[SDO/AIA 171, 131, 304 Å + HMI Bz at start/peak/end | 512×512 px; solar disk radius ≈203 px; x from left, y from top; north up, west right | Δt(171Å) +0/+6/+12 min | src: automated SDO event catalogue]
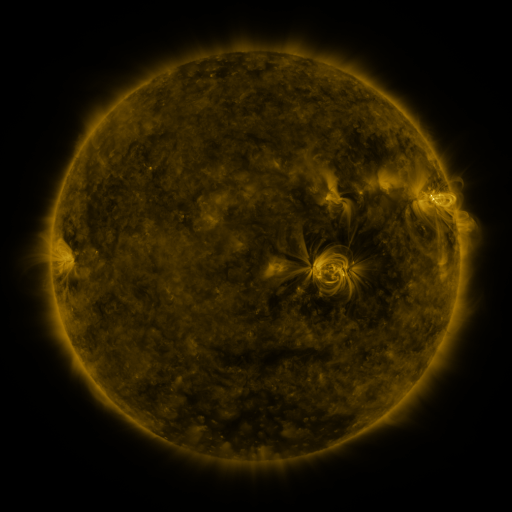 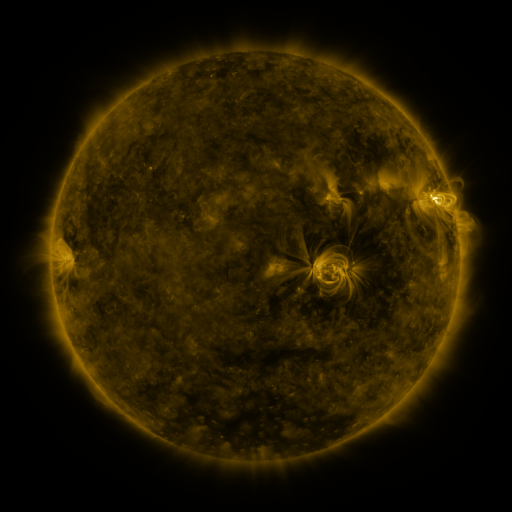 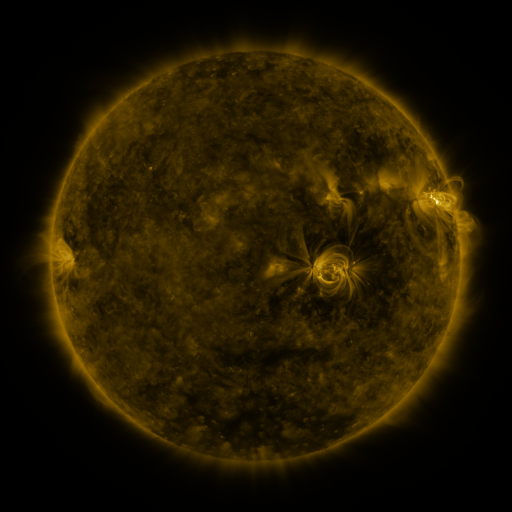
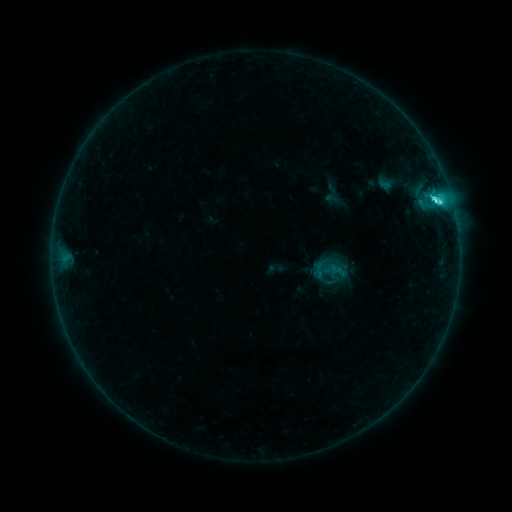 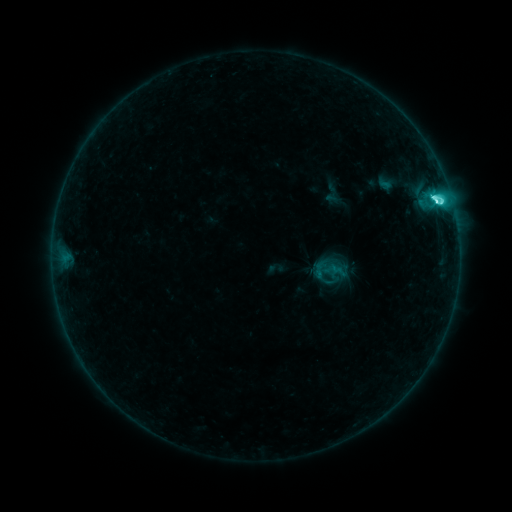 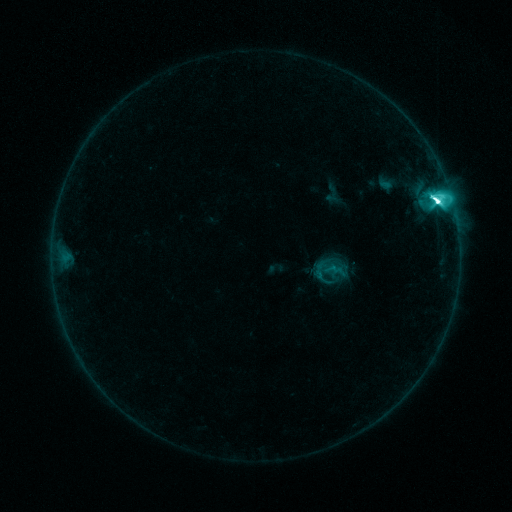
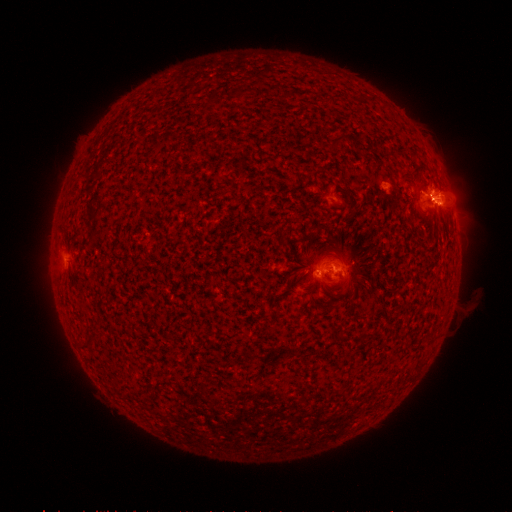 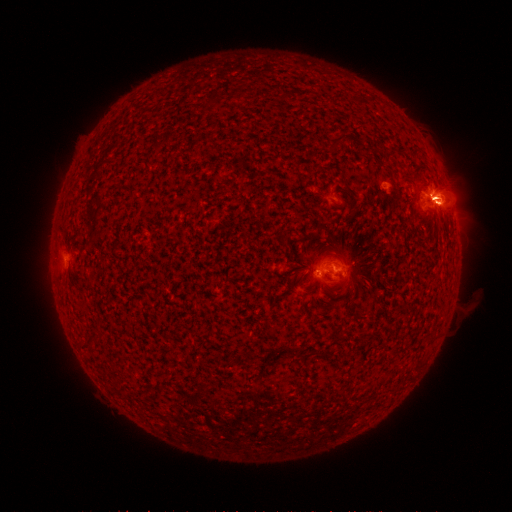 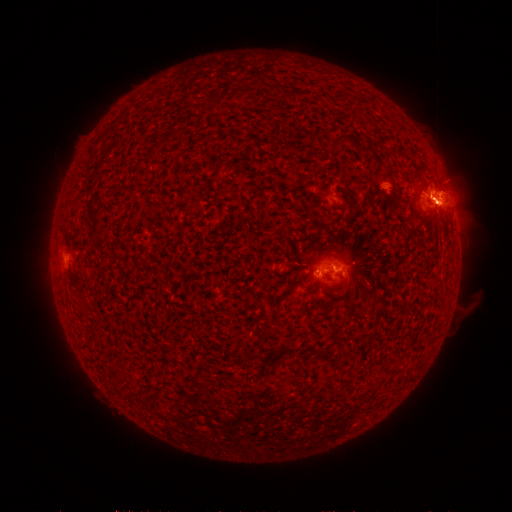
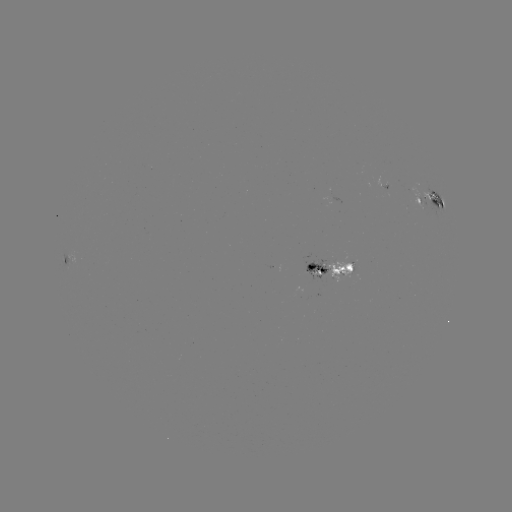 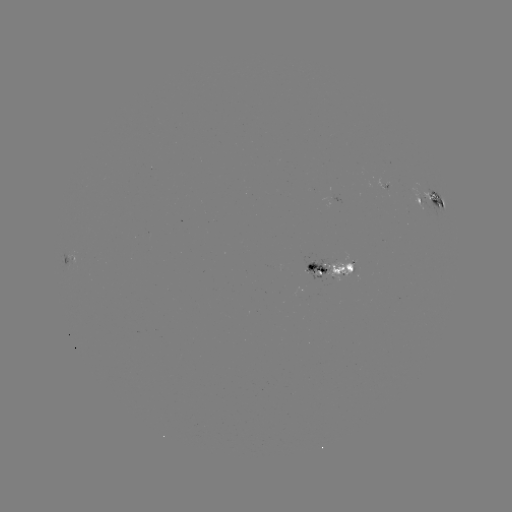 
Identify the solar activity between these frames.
eruption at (447, 184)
